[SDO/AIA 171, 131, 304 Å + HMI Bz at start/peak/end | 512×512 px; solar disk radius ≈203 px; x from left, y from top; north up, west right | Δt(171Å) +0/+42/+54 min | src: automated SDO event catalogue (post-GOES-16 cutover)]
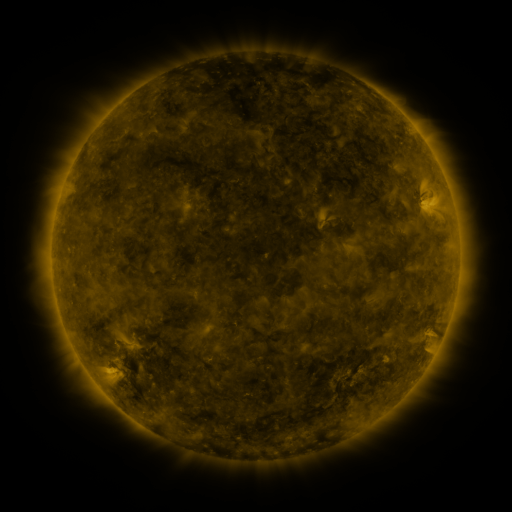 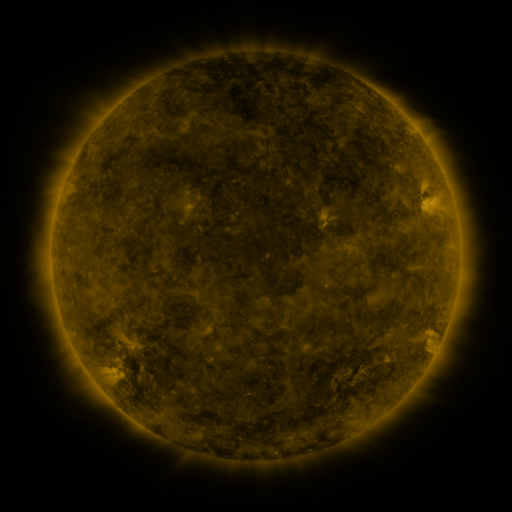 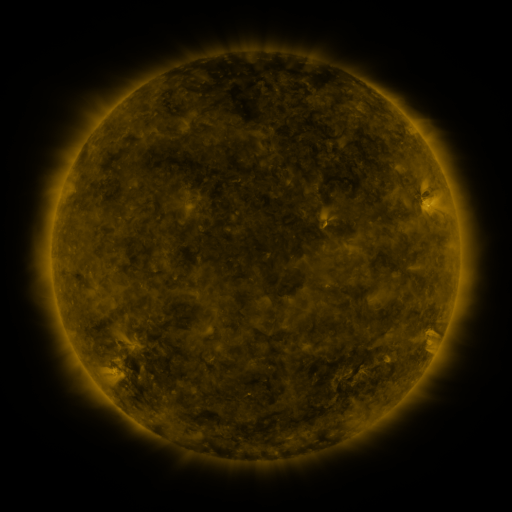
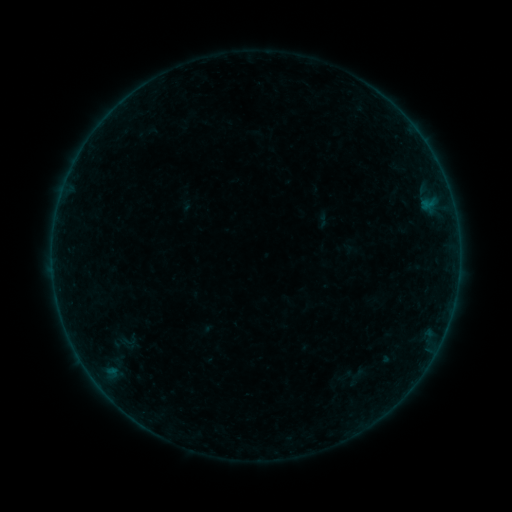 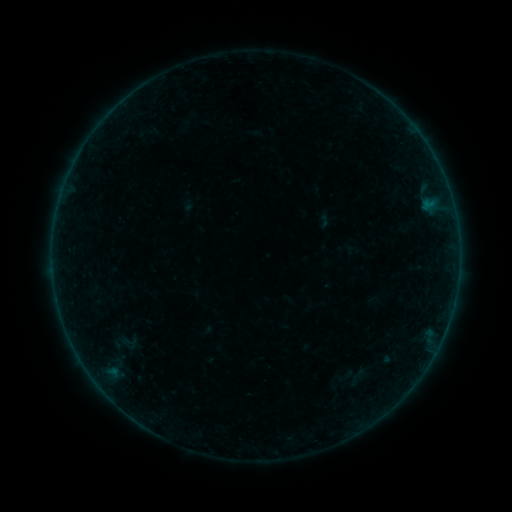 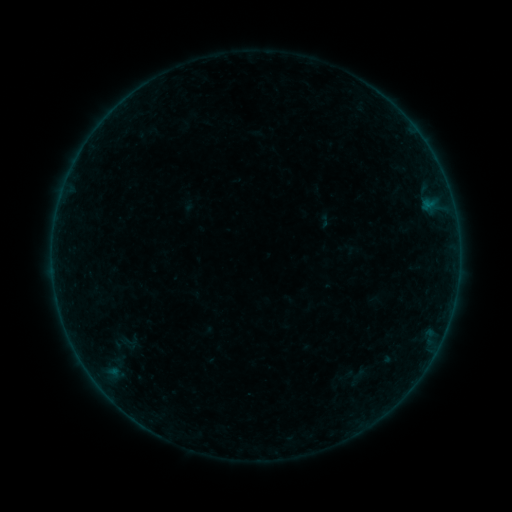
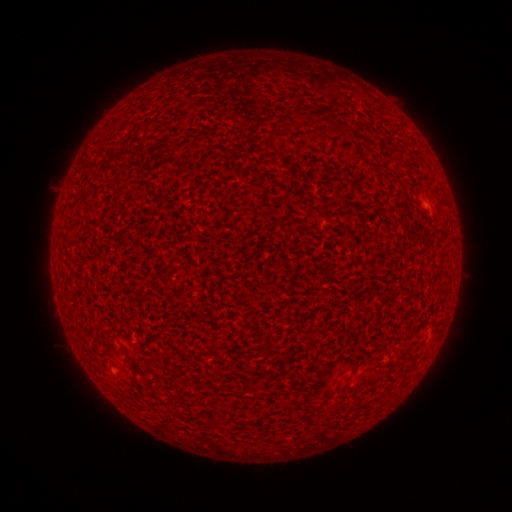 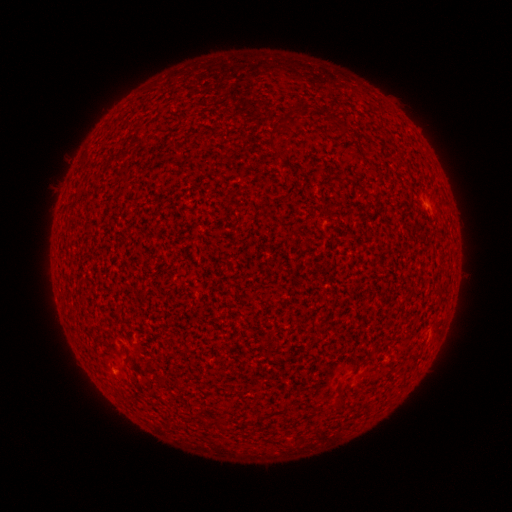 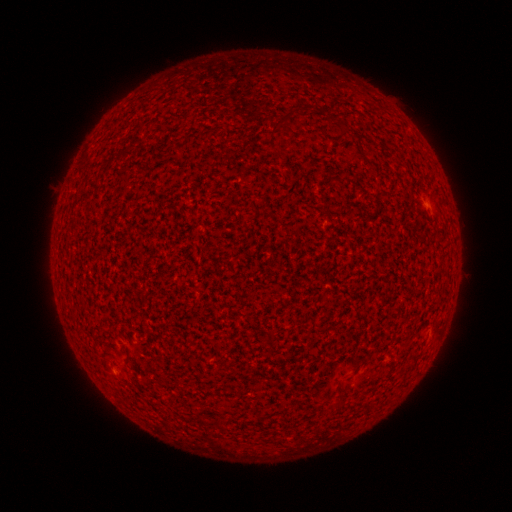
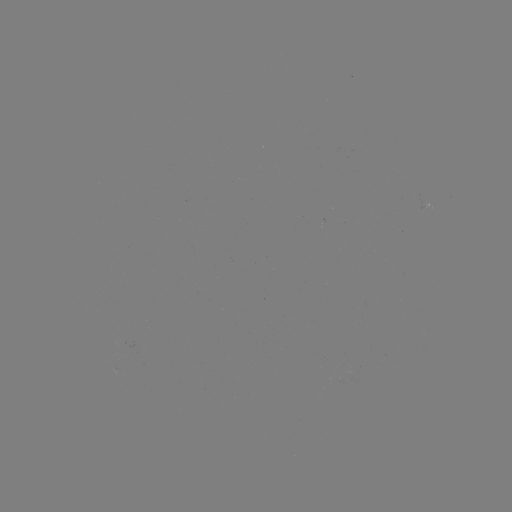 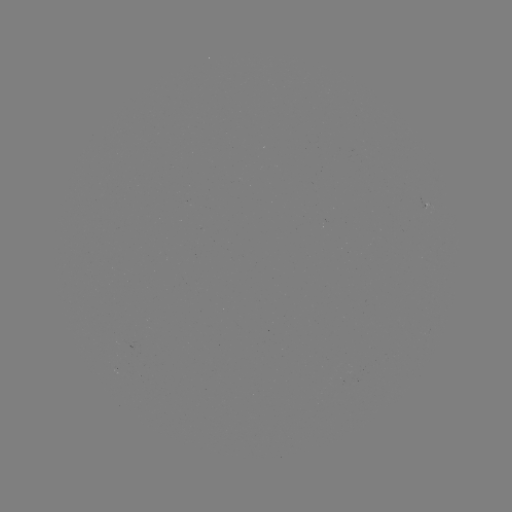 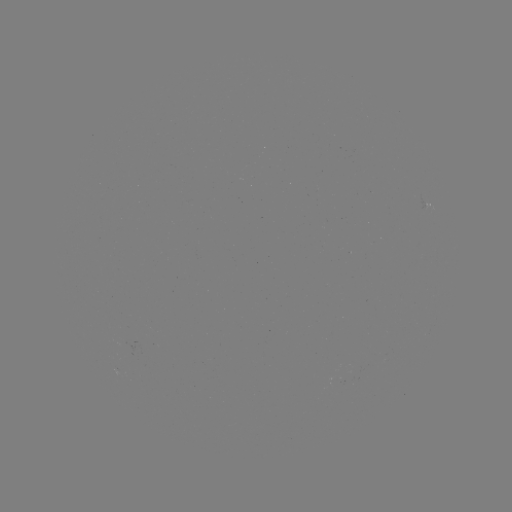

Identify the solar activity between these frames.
A2.1 flare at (427, 207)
